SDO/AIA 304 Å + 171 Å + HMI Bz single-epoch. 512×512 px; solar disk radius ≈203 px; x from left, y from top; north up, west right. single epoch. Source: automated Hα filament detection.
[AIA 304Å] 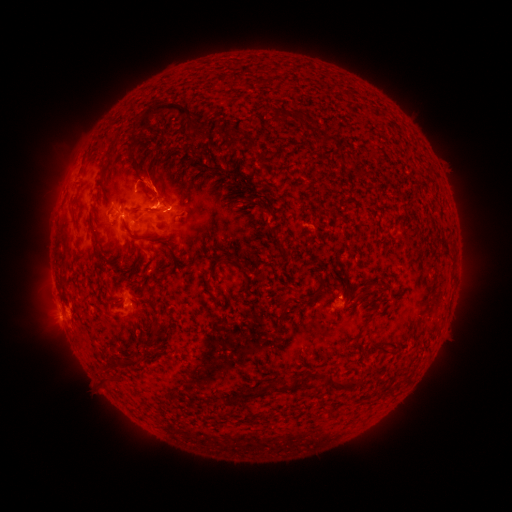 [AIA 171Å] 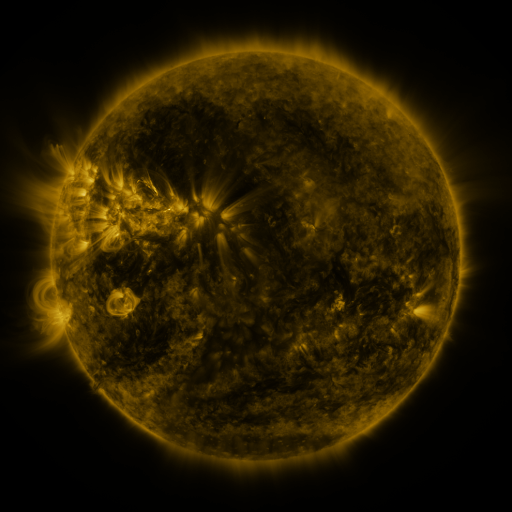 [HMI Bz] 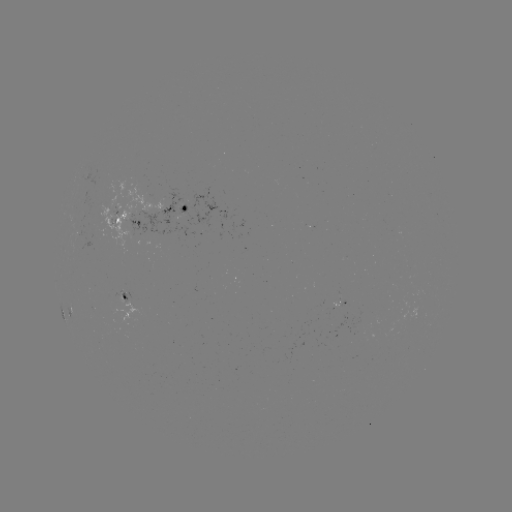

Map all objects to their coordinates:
filament: (165, 107)
filament: (300, 117)
filament: (238, 125)
filament: (330, 140)
filament: (104, 145)
filament: (205, 155)
filament: (241, 177)
filament: (155, 193)
filament: (154, 209)
filament: (141, 237)
filament: (206, 284)
filament: (285, 308)
filament: (155, 310)
filament: (379, 349)
filament: (341, 387)
filament: (260, 394)
filament: (228, 401)
